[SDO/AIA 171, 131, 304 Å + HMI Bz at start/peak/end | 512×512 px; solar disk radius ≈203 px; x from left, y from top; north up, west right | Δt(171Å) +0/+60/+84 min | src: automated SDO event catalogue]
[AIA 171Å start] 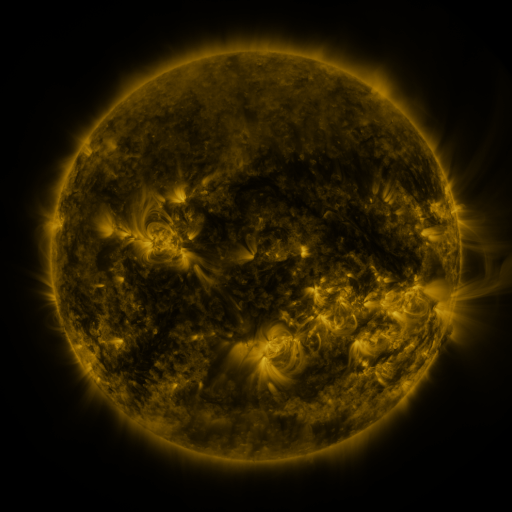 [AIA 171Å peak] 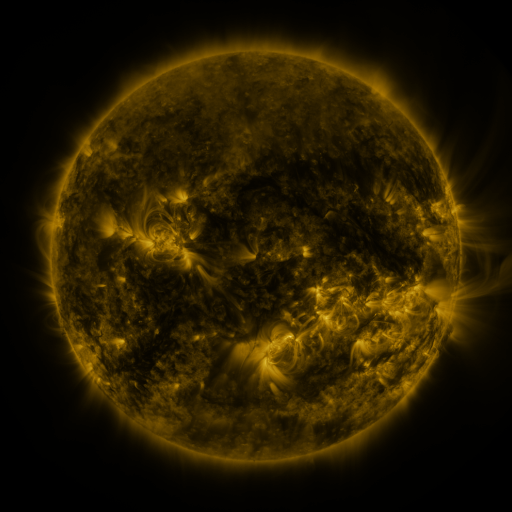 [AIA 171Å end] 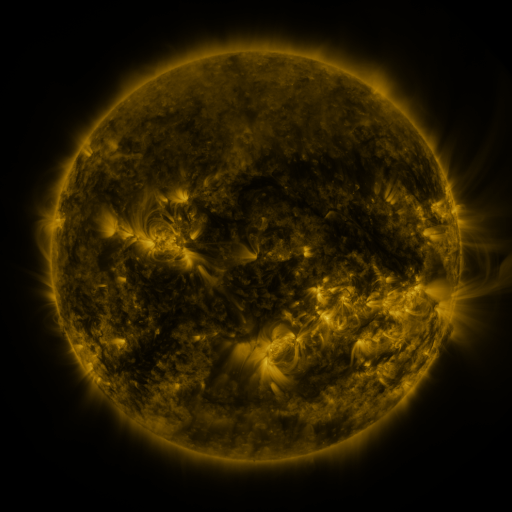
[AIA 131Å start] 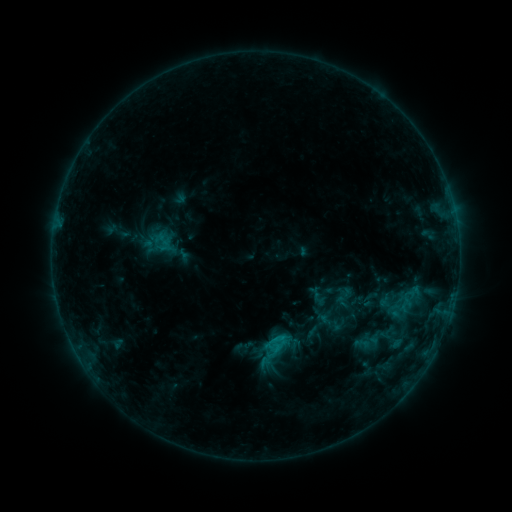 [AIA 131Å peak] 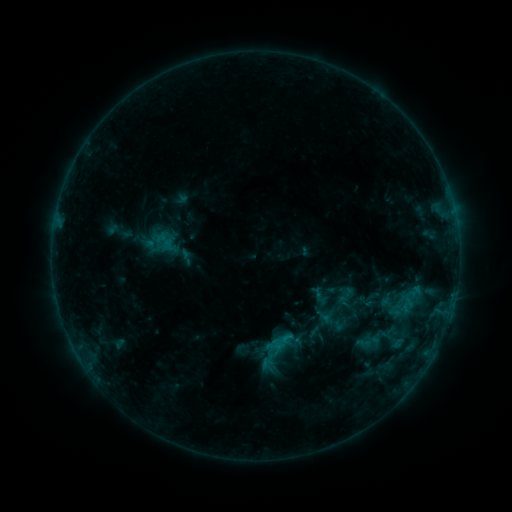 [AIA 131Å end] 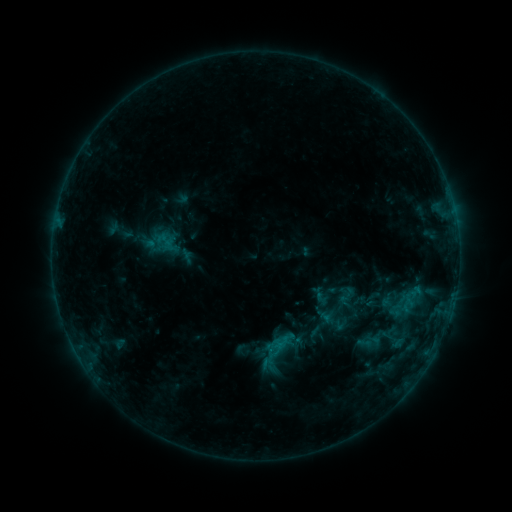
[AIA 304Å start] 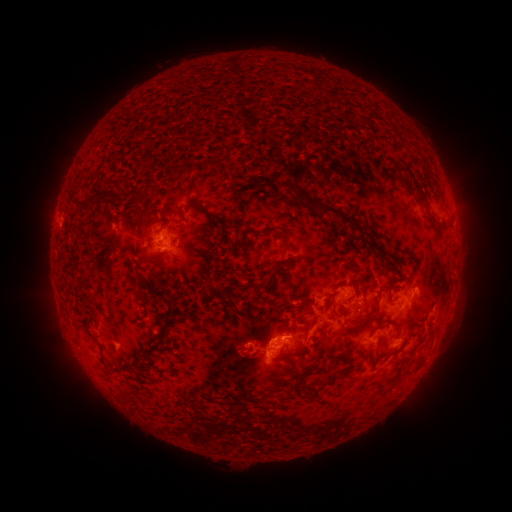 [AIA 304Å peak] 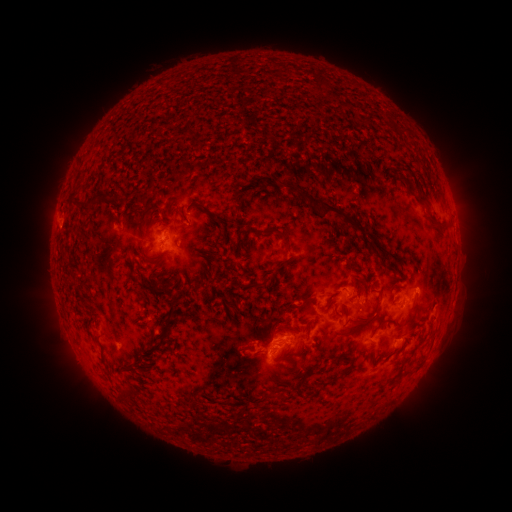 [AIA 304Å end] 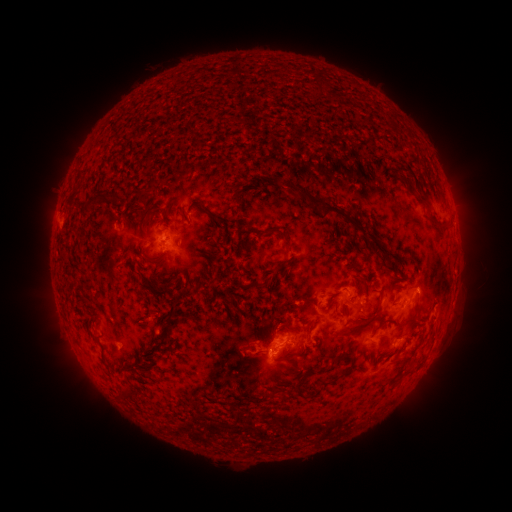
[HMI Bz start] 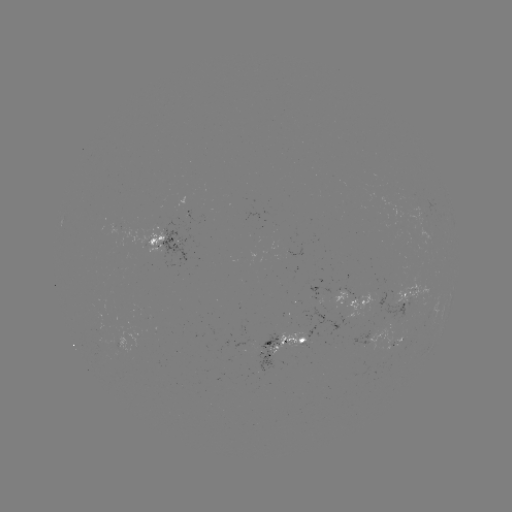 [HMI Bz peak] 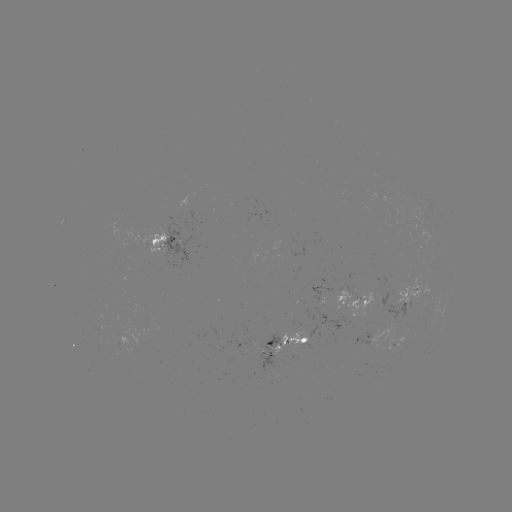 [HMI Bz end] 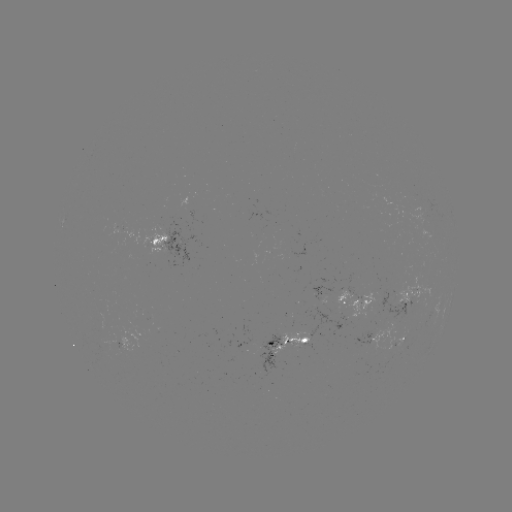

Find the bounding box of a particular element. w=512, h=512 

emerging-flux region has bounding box [335, 289, 351, 310].